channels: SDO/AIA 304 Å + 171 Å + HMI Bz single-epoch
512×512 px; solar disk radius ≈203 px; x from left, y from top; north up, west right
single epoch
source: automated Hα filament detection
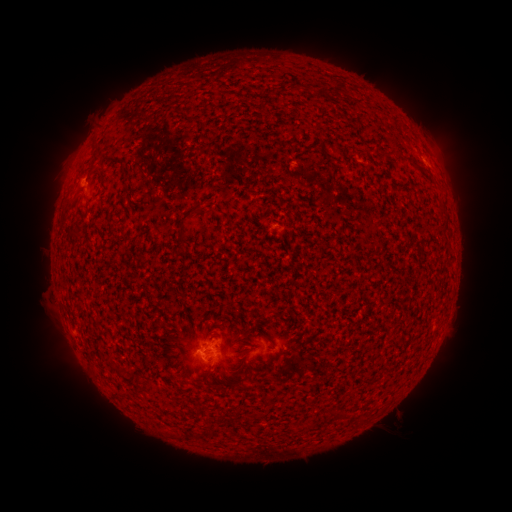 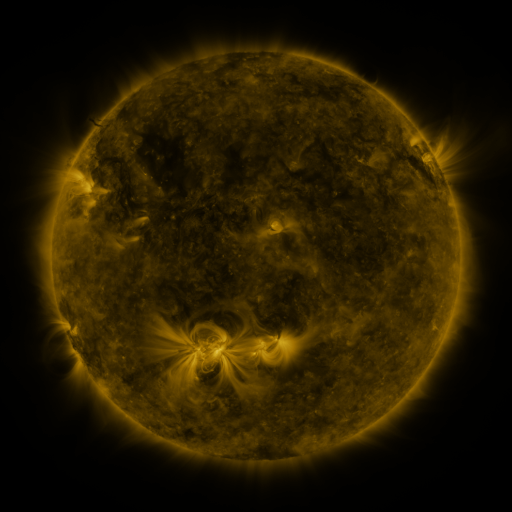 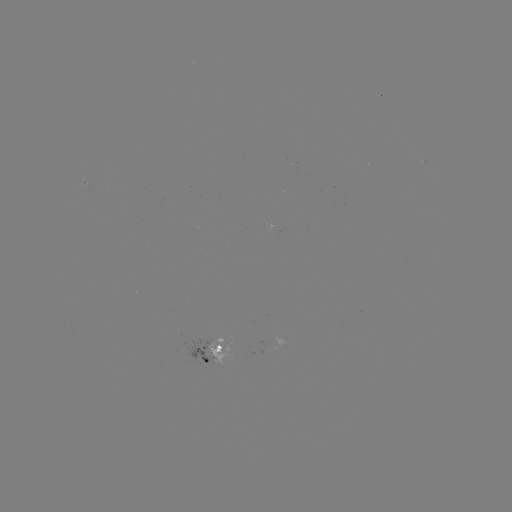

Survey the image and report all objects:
filament: (97, 156)
filament: (127, 170)
filament: (197, 206)
